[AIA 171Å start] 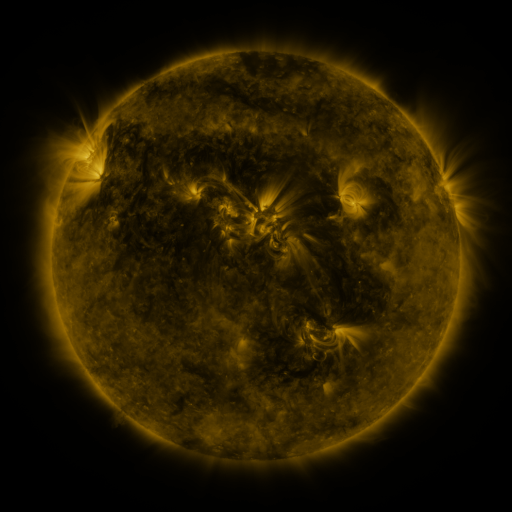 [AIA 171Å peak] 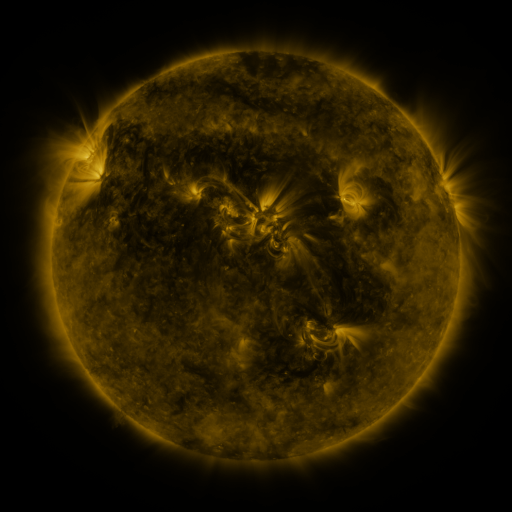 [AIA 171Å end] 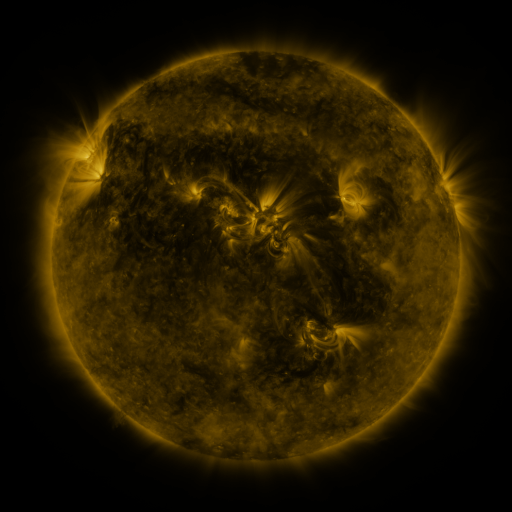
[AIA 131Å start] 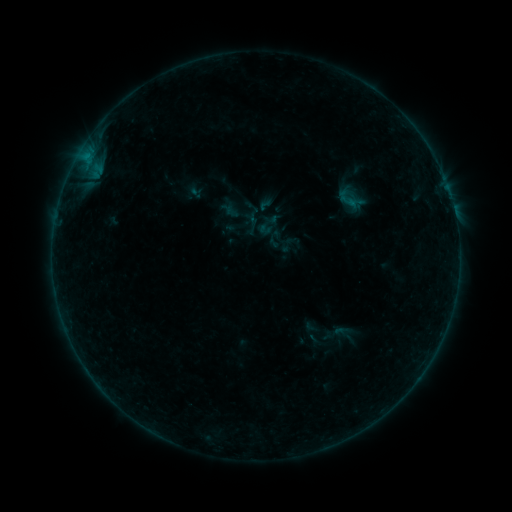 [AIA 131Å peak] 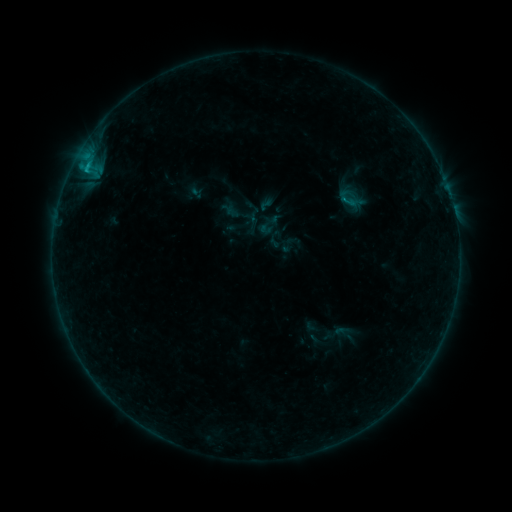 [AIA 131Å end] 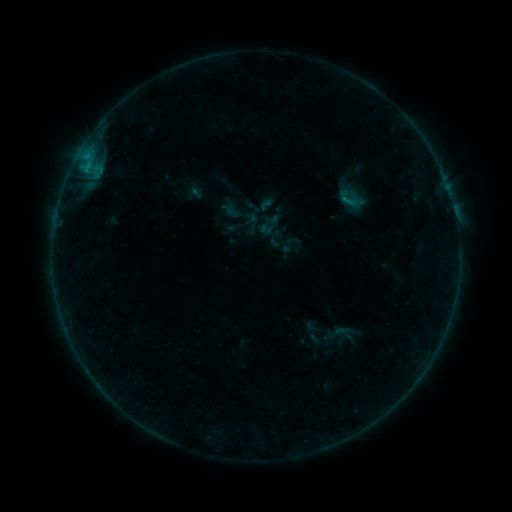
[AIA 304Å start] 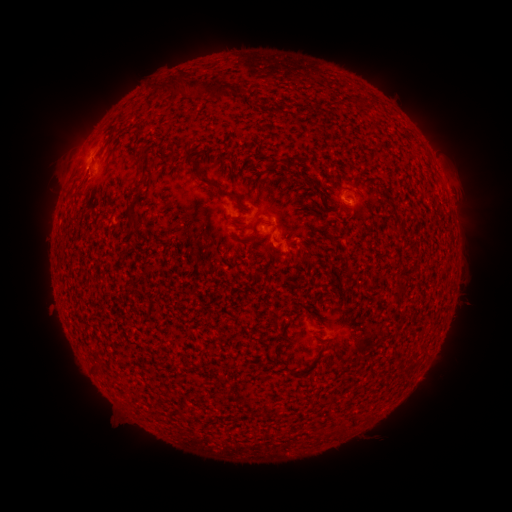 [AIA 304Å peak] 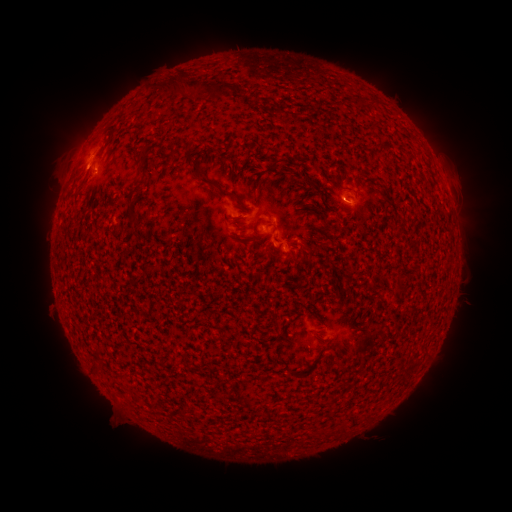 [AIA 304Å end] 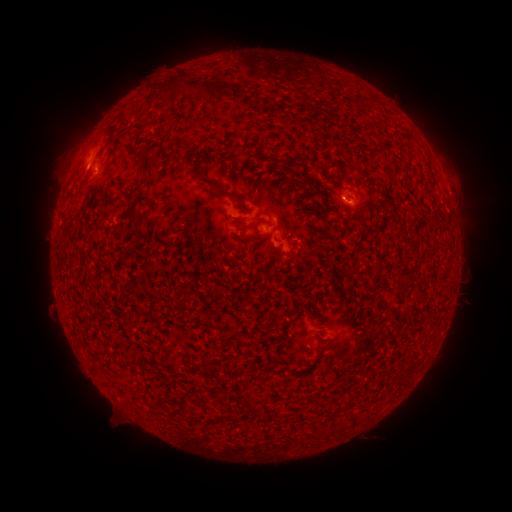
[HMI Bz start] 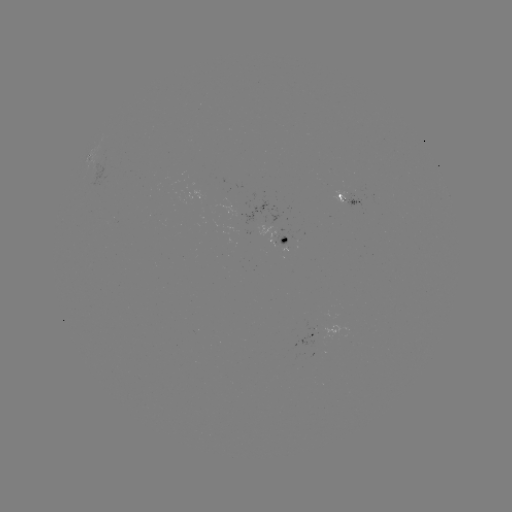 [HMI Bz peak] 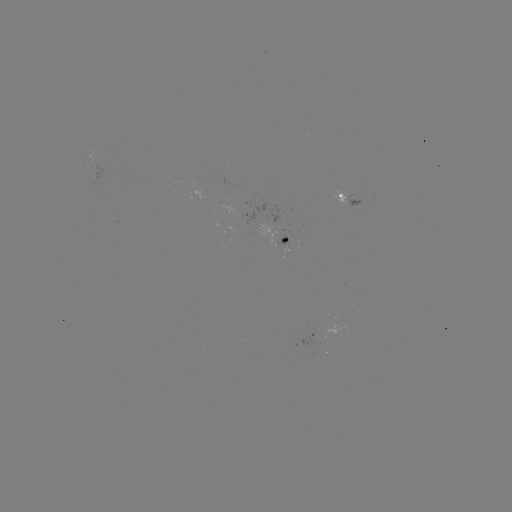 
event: flare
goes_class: B8.1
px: (342, 202)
